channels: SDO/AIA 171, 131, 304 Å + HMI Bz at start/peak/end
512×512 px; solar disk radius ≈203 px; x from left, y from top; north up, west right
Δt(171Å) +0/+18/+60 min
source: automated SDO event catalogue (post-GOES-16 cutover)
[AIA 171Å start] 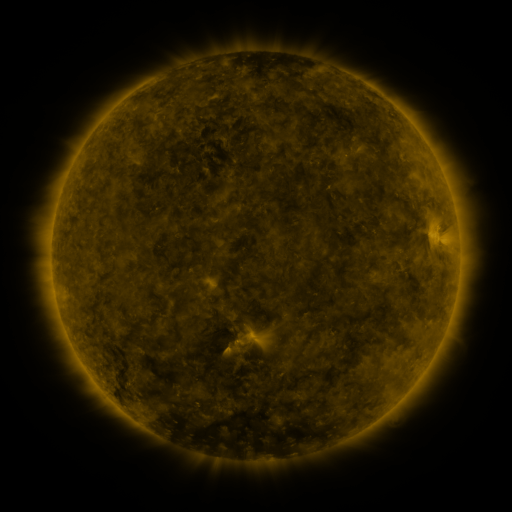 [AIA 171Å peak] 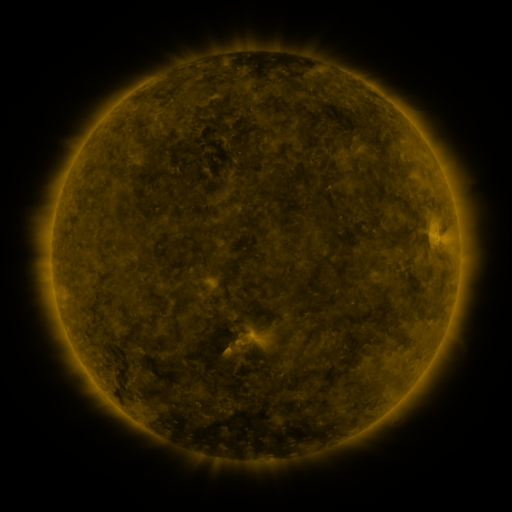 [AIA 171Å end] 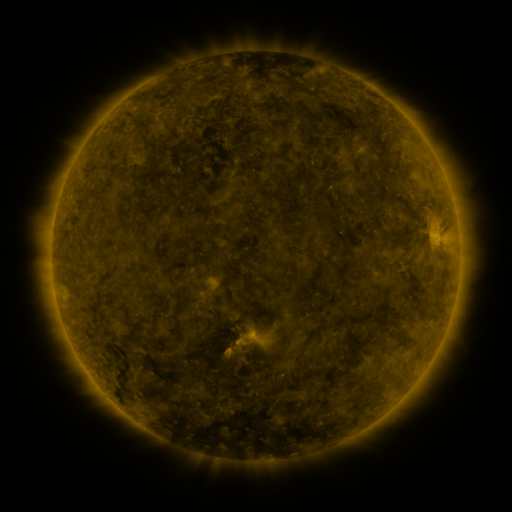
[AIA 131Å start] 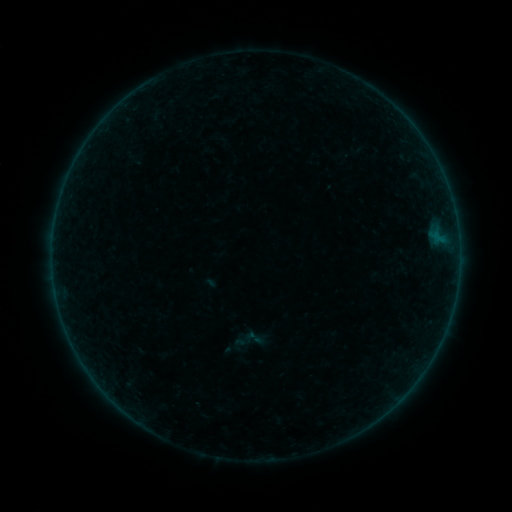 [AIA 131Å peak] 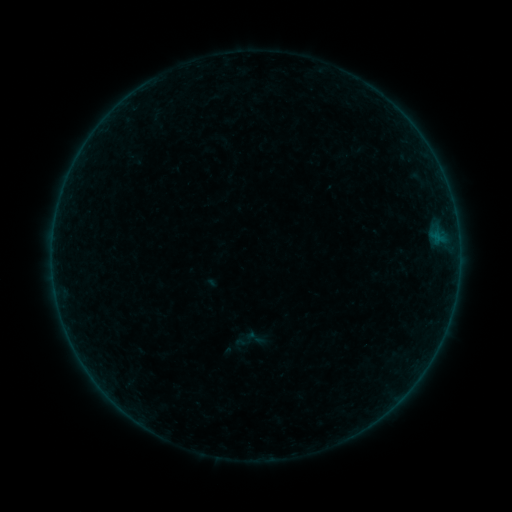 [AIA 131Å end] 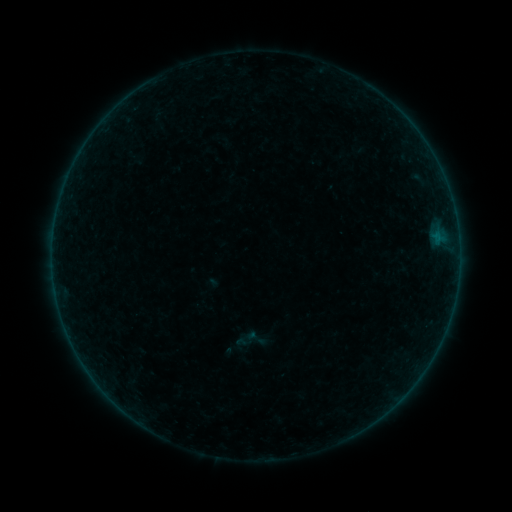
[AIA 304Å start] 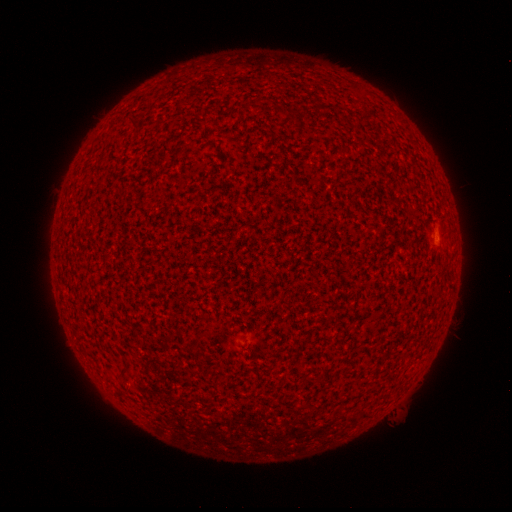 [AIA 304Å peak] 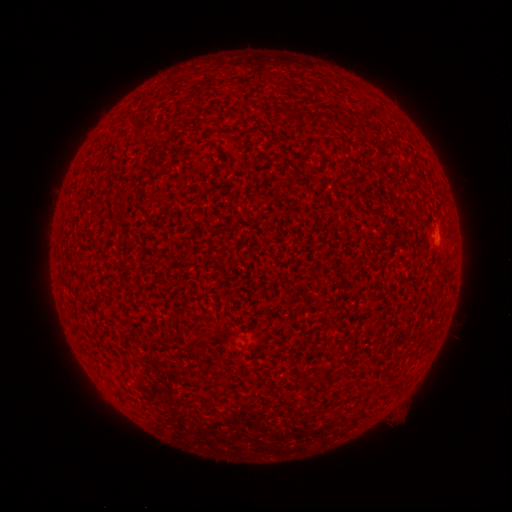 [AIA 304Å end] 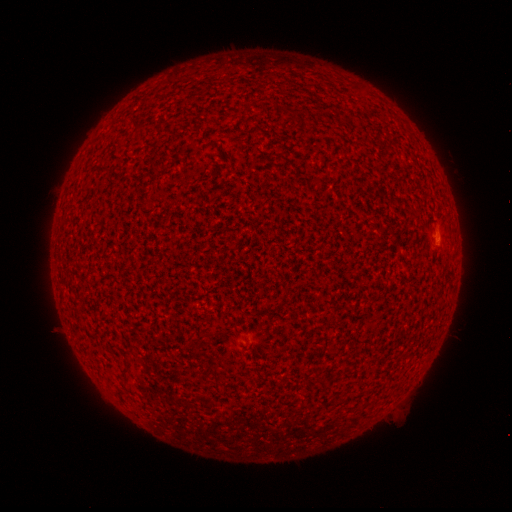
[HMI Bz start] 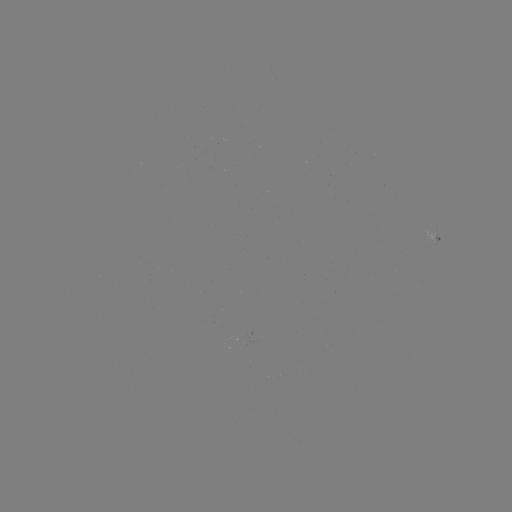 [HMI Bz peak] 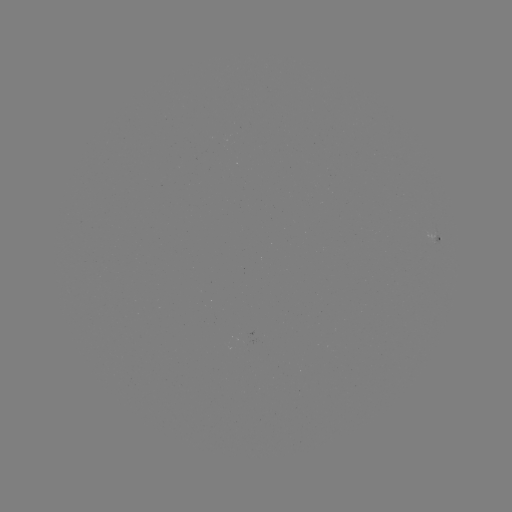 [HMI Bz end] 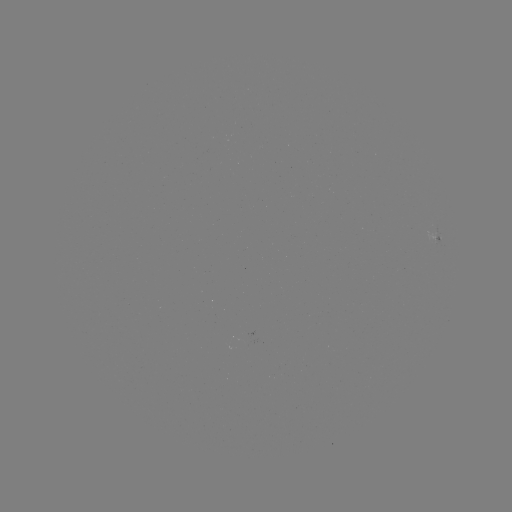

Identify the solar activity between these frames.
A9.6 flare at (441, 233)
